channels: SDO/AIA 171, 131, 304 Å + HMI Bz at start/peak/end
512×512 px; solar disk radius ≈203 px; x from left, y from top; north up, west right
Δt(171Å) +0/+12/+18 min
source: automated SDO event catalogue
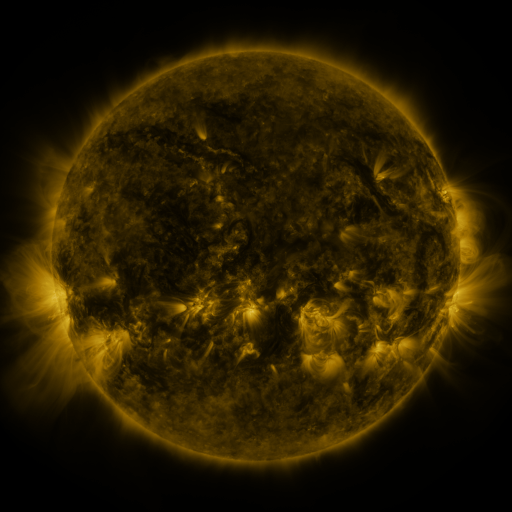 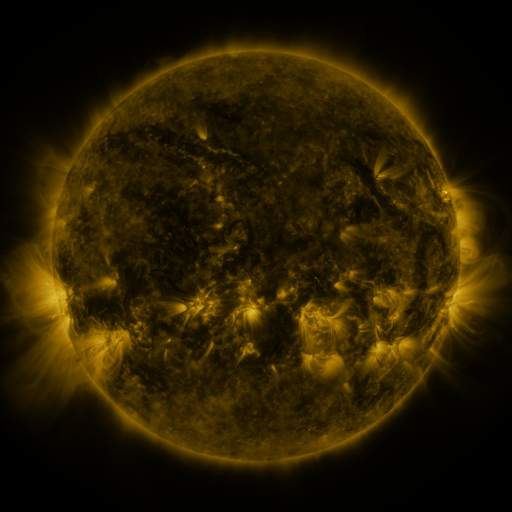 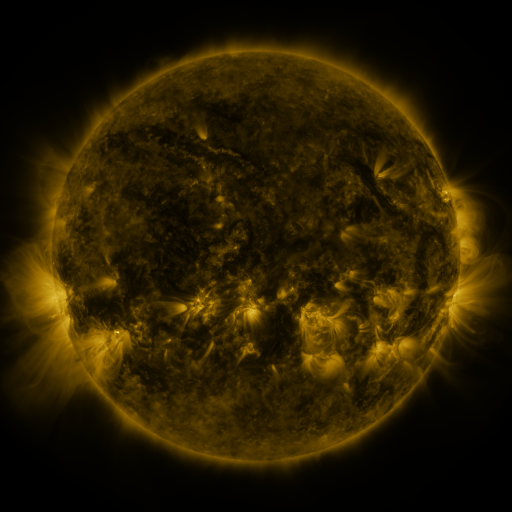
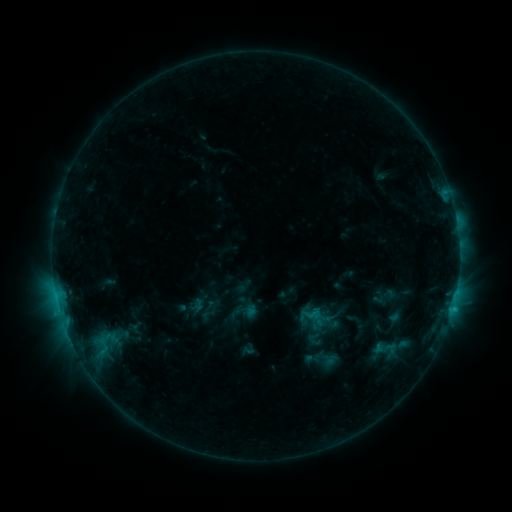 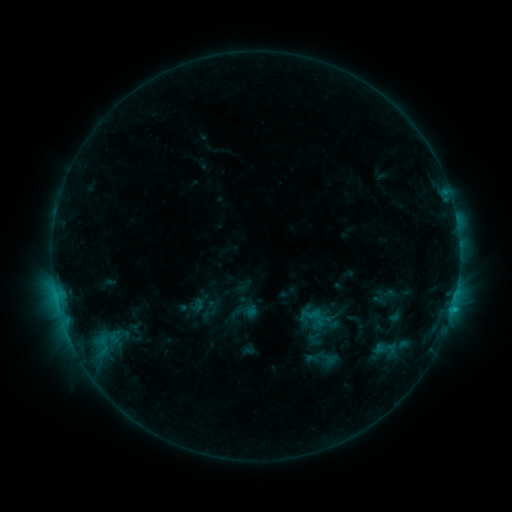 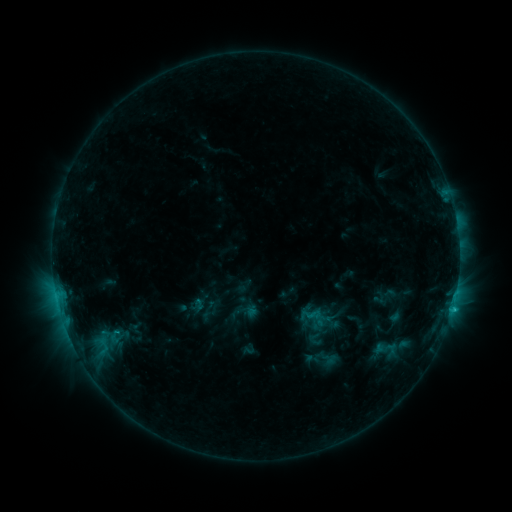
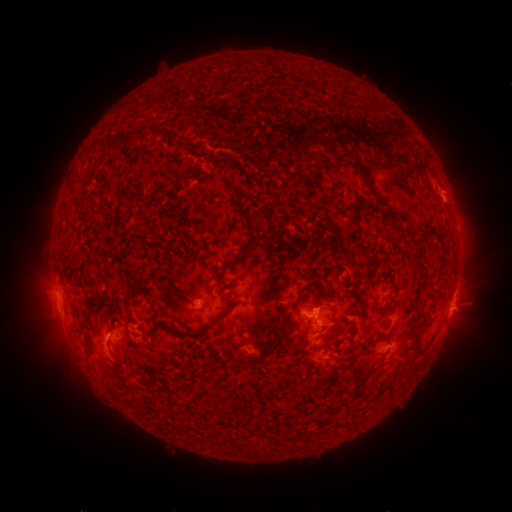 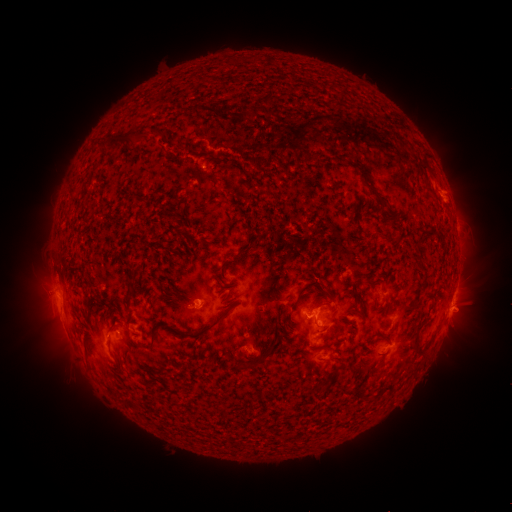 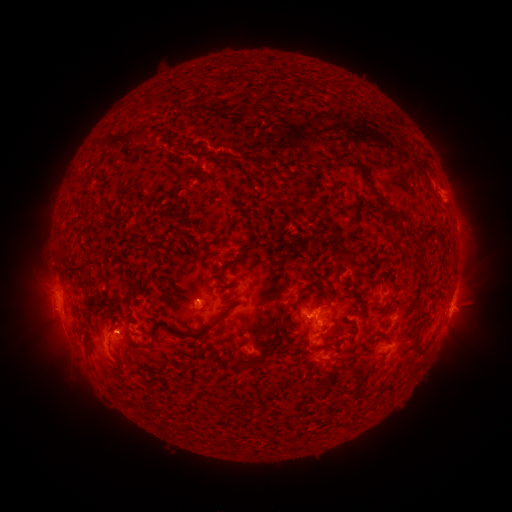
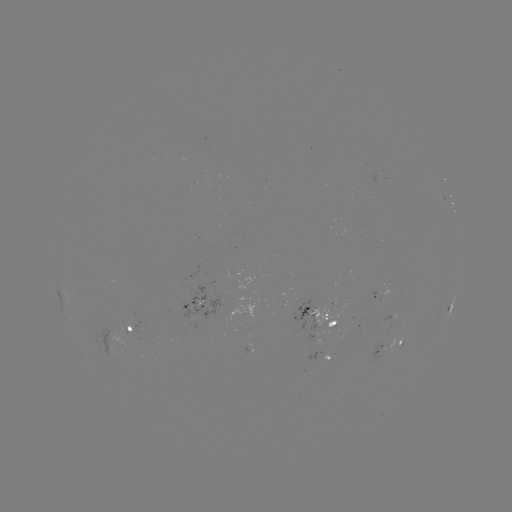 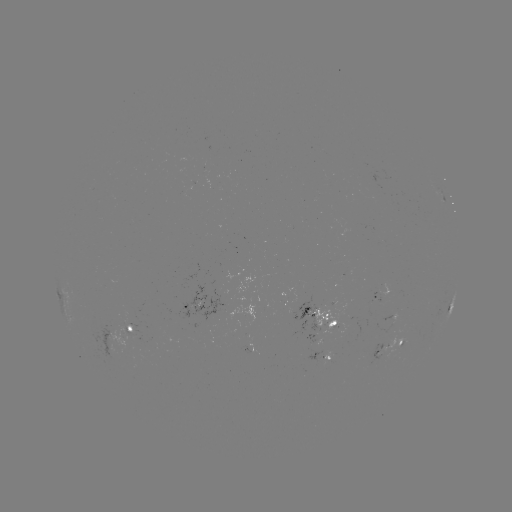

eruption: [377, 116, 411, 147]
